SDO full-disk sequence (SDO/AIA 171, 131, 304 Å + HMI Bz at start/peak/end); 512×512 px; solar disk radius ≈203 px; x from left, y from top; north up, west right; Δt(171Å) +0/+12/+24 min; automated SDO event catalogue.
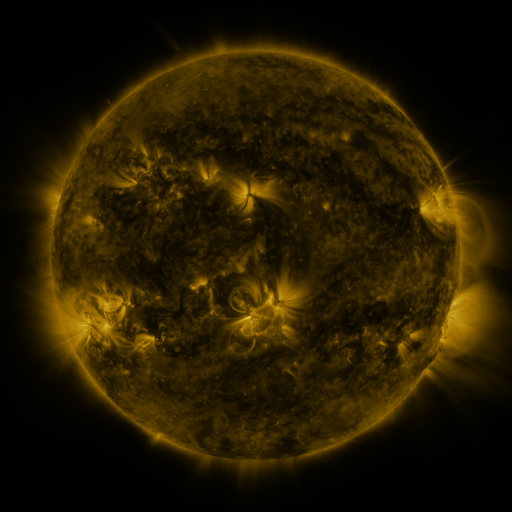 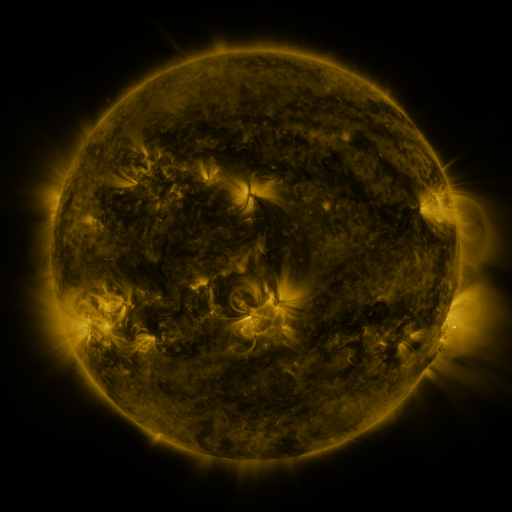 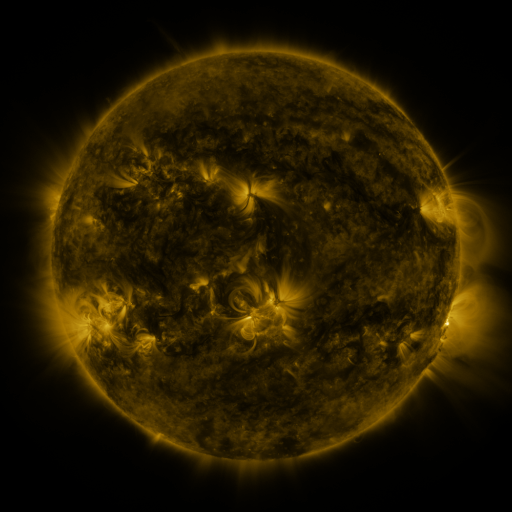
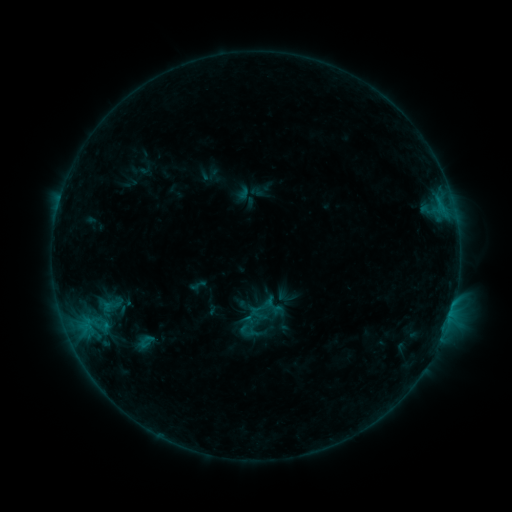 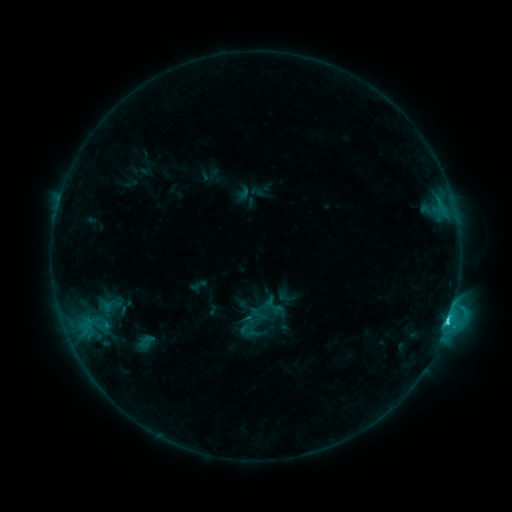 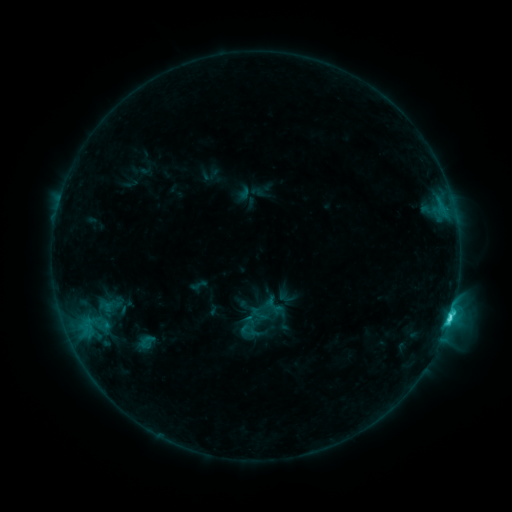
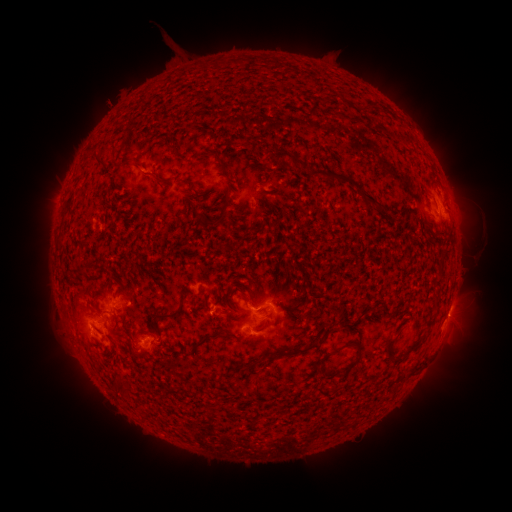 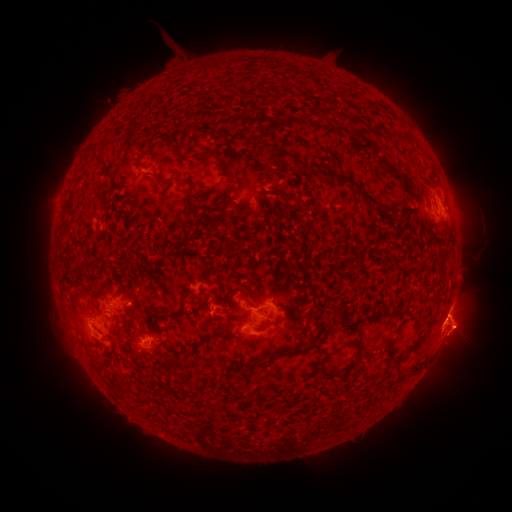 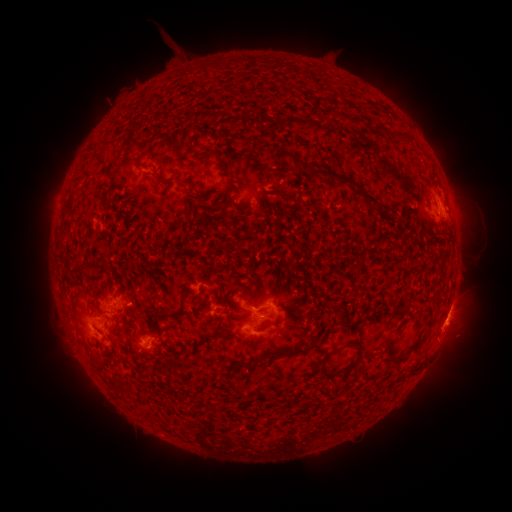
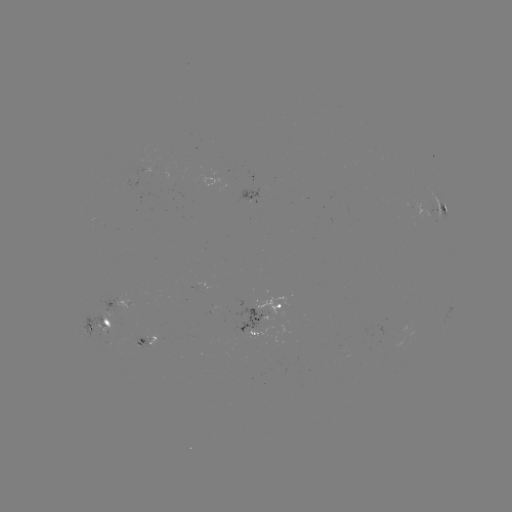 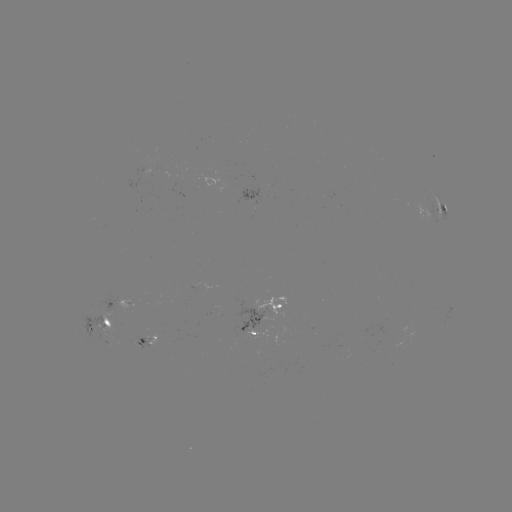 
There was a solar eruption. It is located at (458, 329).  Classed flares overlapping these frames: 1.